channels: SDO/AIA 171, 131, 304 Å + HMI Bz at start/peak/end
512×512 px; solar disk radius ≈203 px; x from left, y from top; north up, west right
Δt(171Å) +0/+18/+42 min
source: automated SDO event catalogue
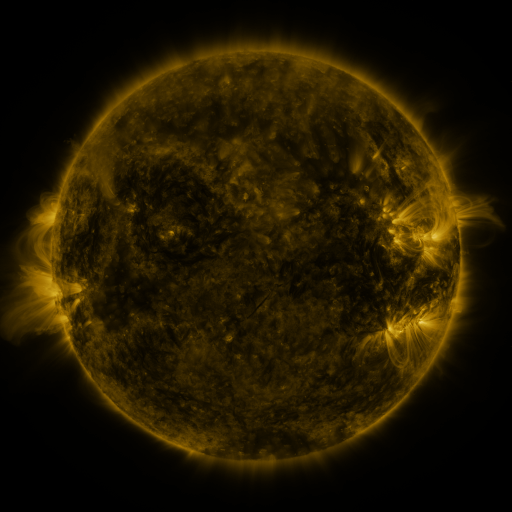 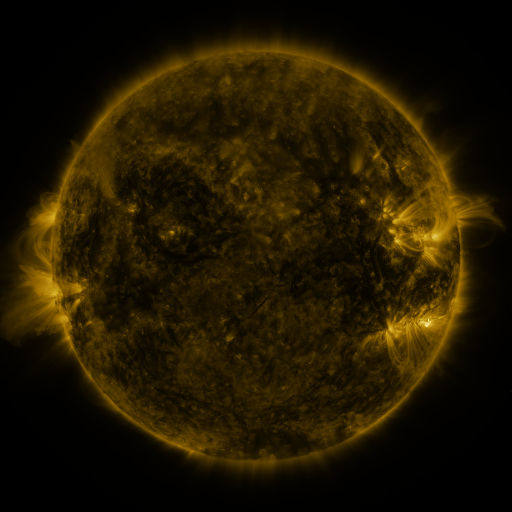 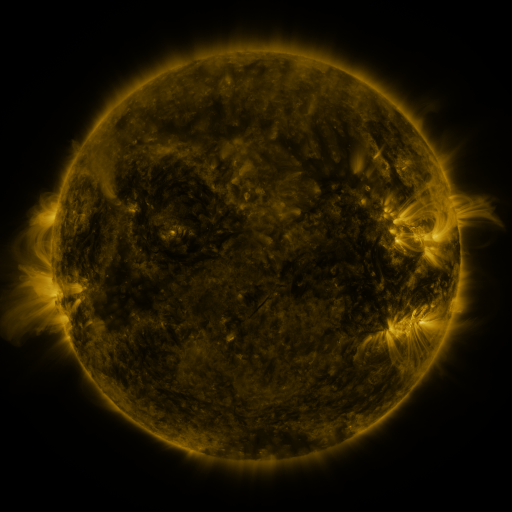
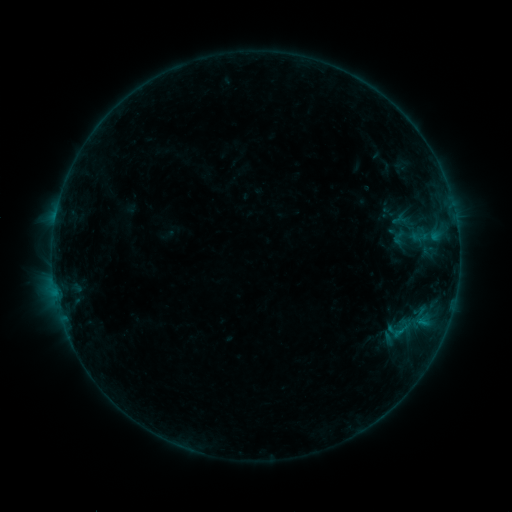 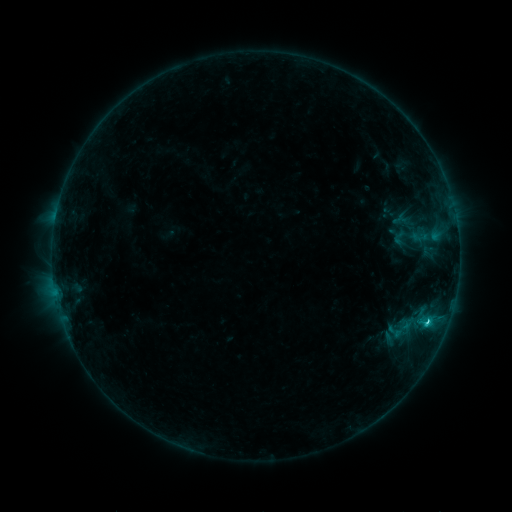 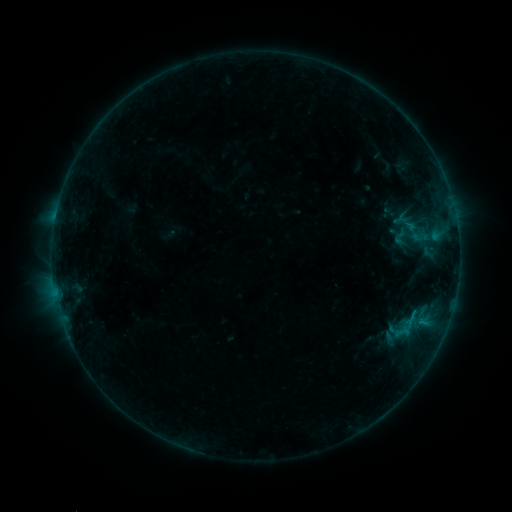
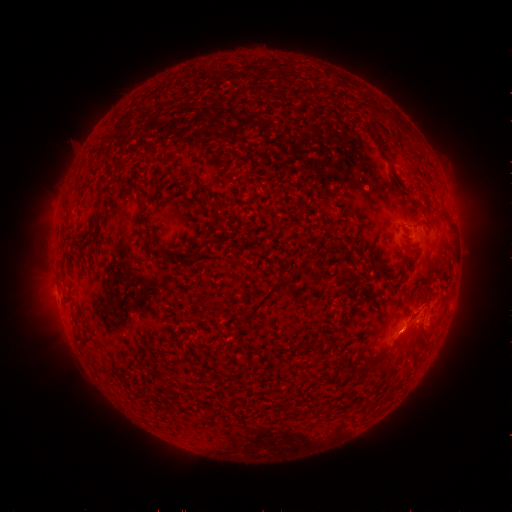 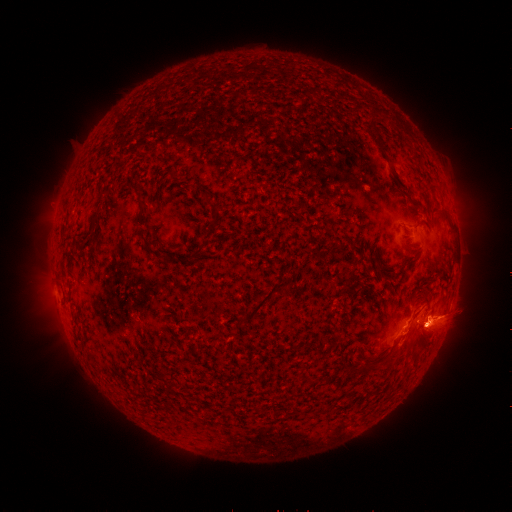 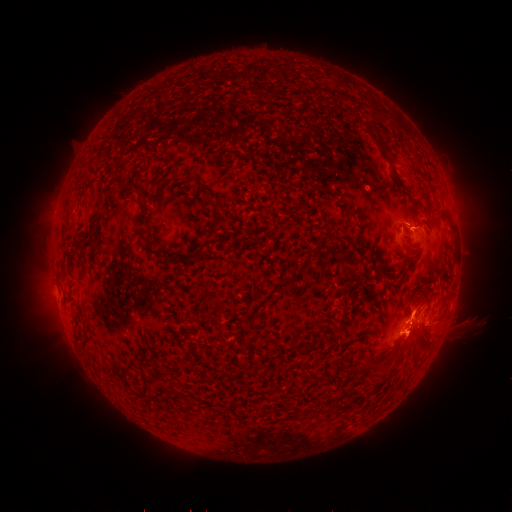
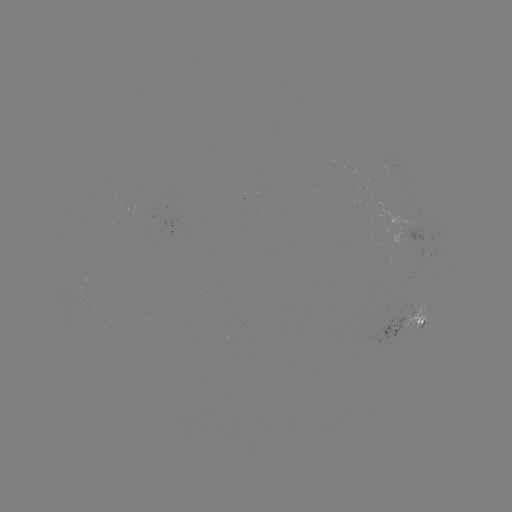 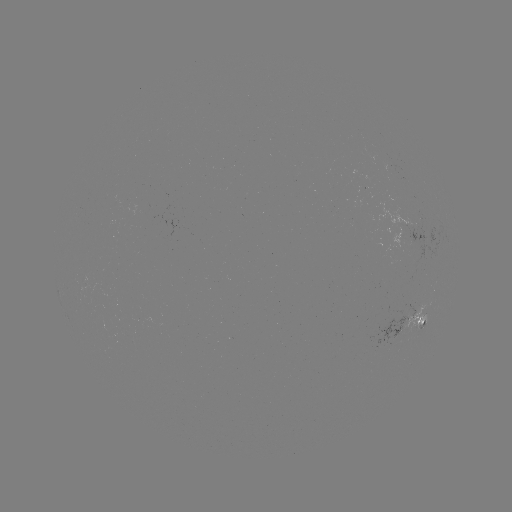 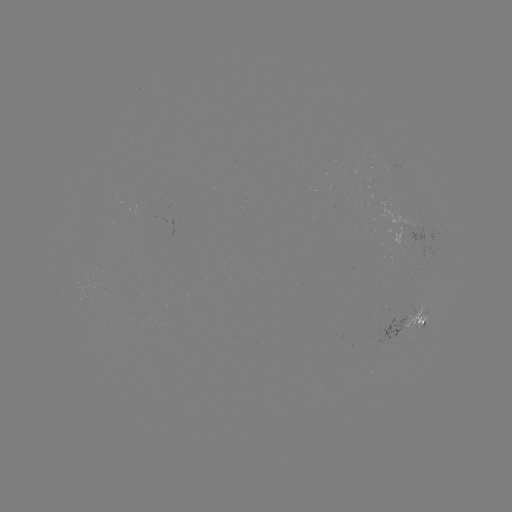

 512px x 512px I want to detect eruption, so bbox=[372, 281, 490, 374].